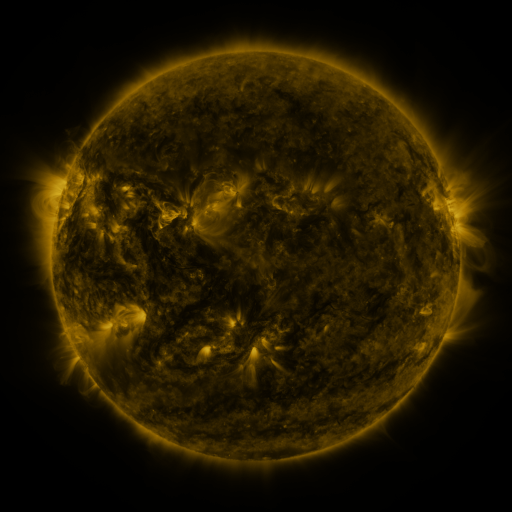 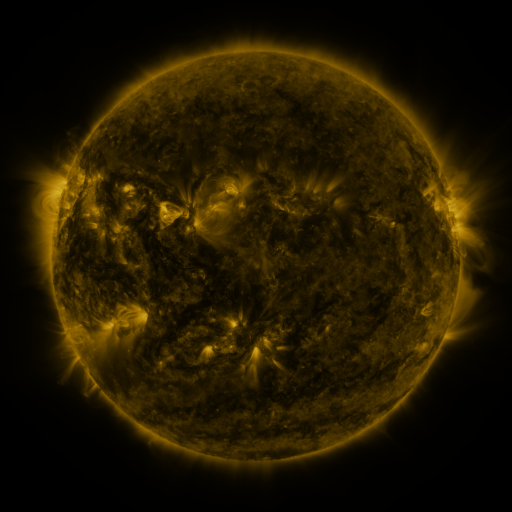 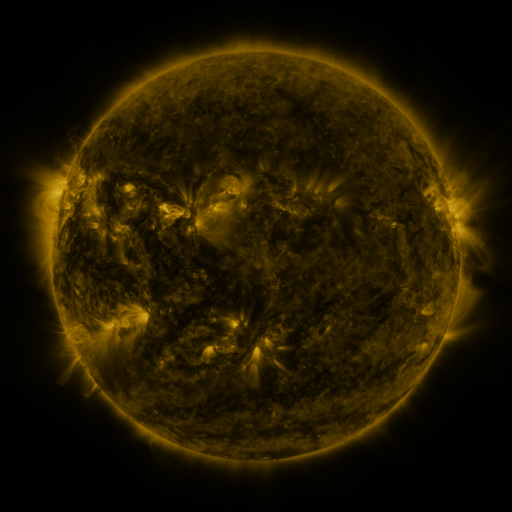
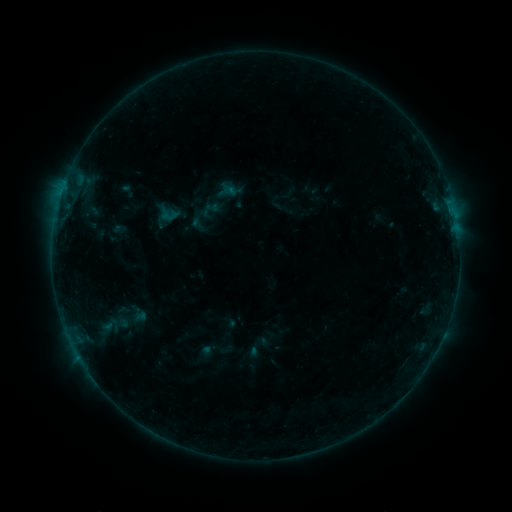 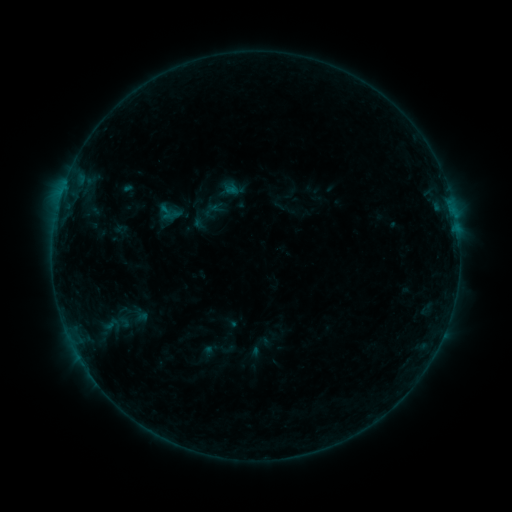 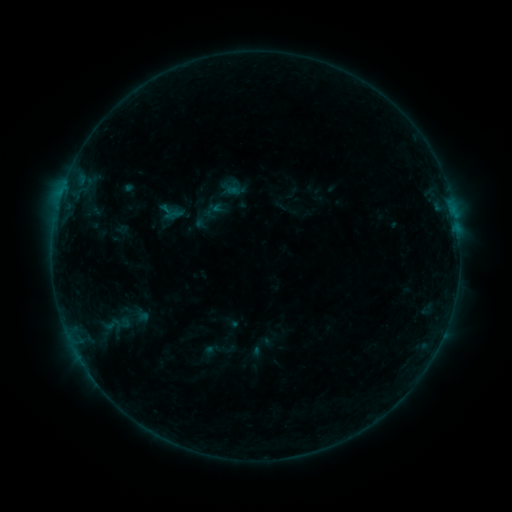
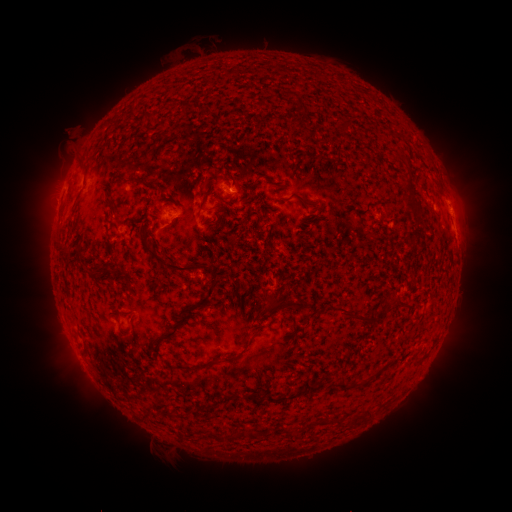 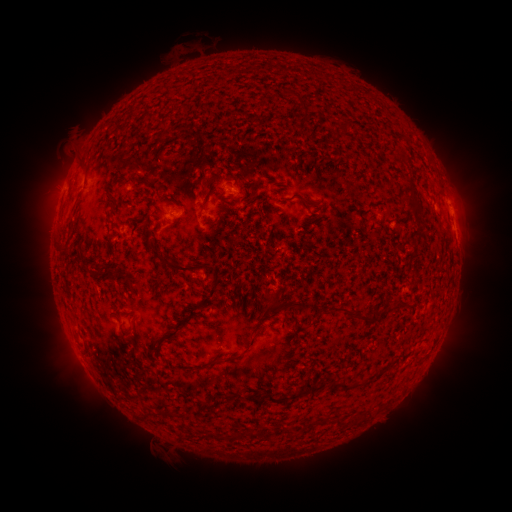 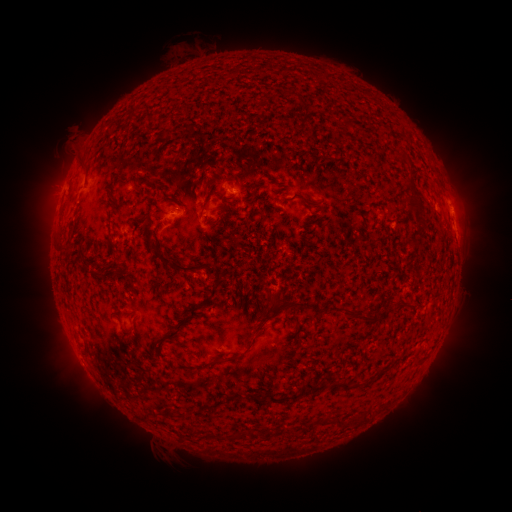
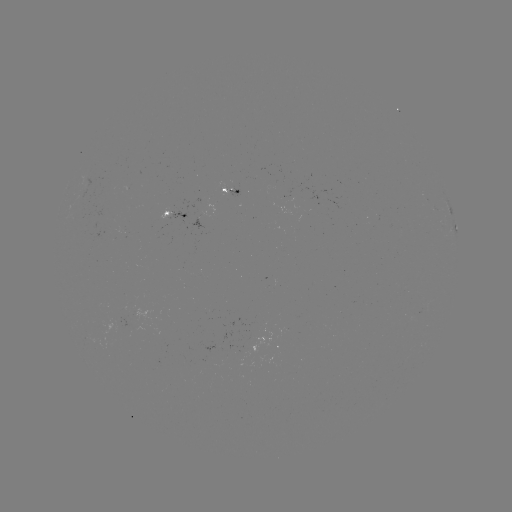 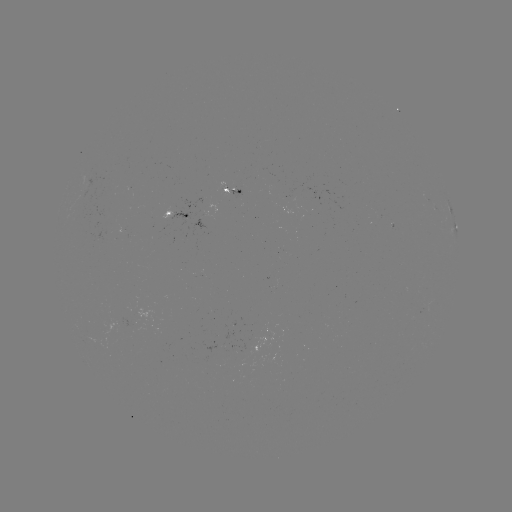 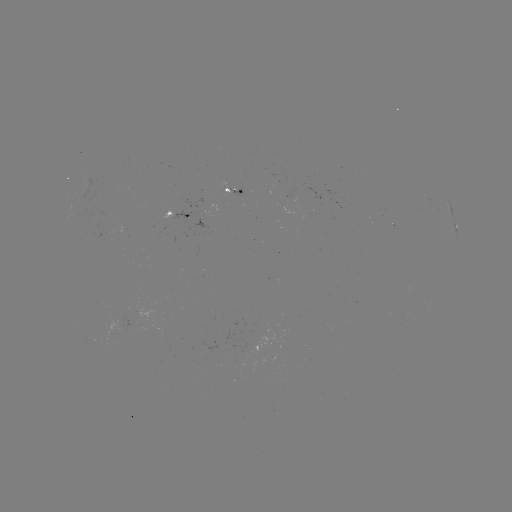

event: emerging-flux region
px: (252, 345)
